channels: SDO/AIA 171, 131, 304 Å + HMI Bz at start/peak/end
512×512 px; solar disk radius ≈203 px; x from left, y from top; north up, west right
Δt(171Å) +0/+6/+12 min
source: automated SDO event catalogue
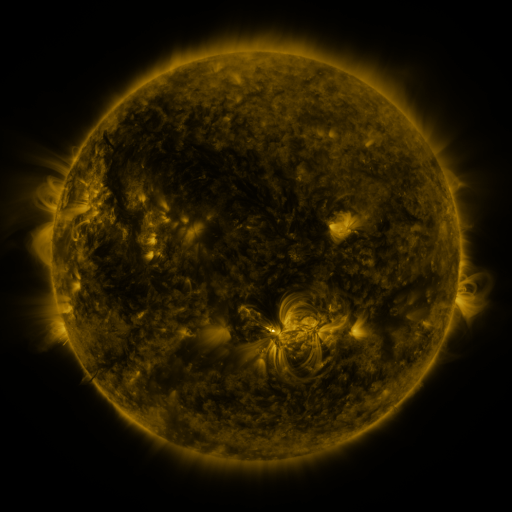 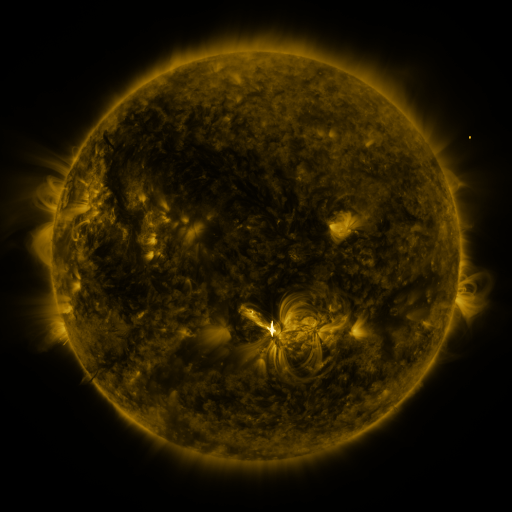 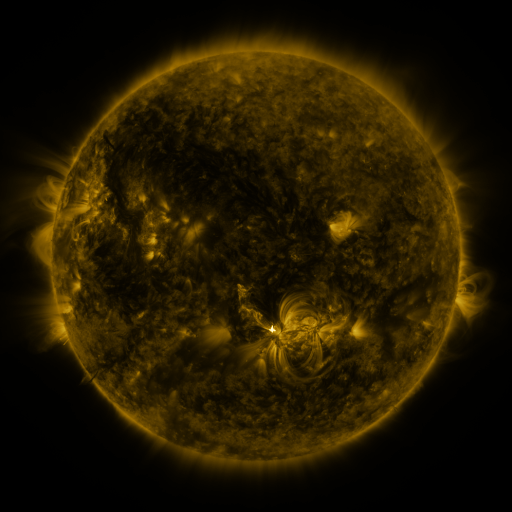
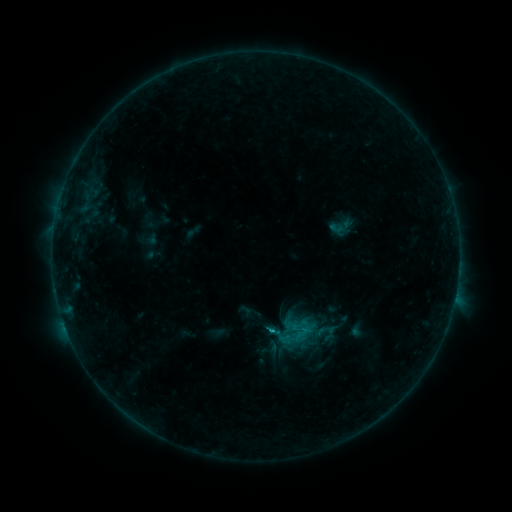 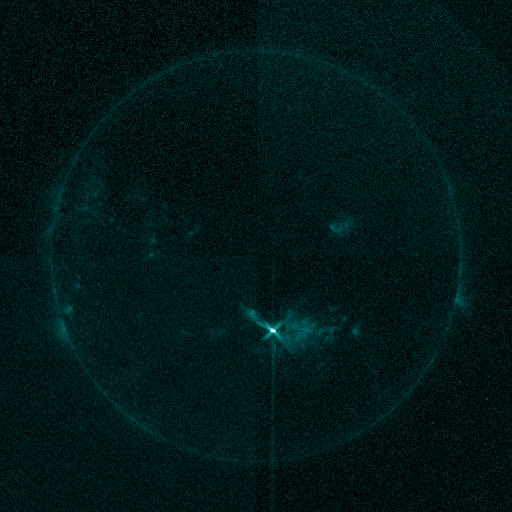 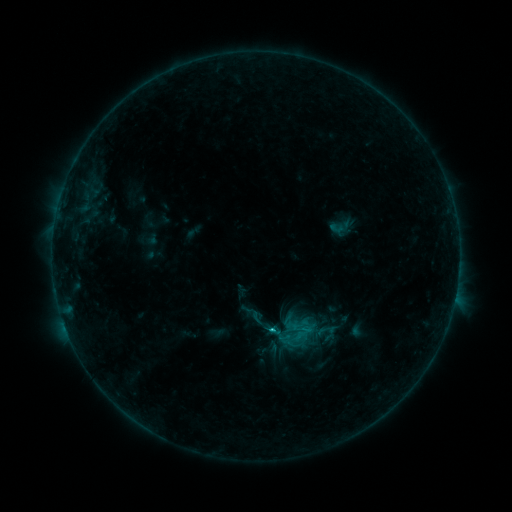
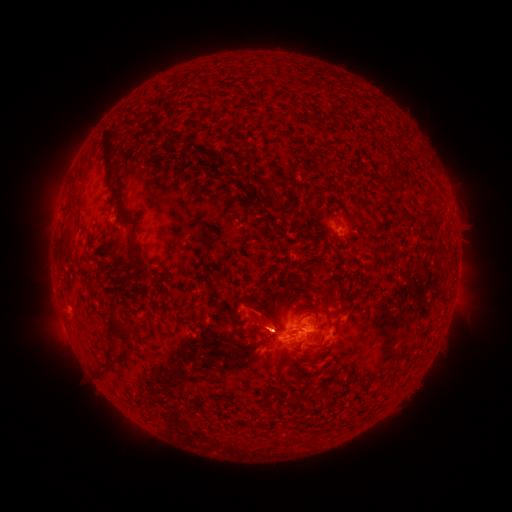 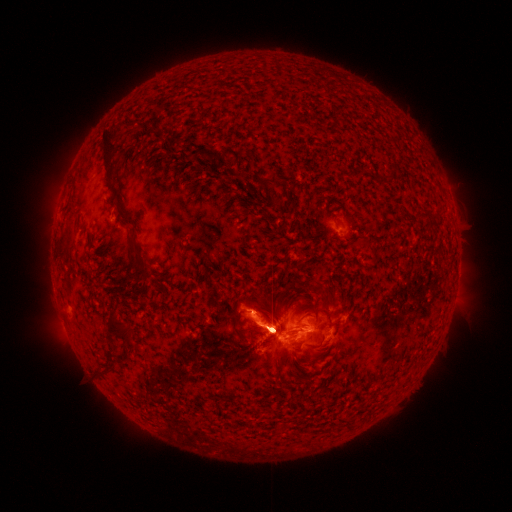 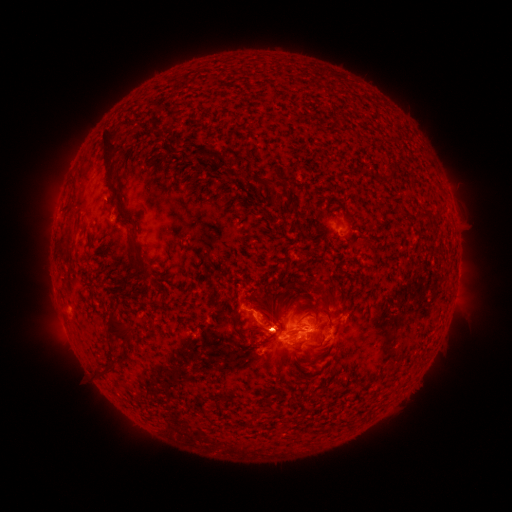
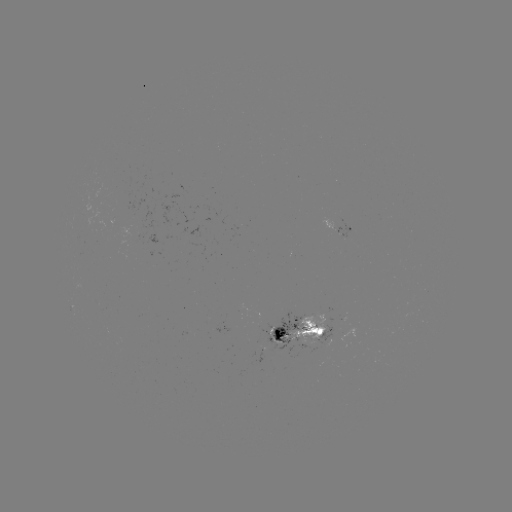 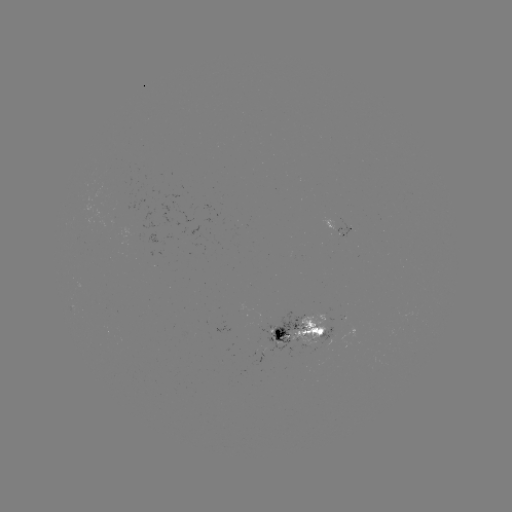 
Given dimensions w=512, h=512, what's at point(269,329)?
M1.0 flare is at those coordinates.